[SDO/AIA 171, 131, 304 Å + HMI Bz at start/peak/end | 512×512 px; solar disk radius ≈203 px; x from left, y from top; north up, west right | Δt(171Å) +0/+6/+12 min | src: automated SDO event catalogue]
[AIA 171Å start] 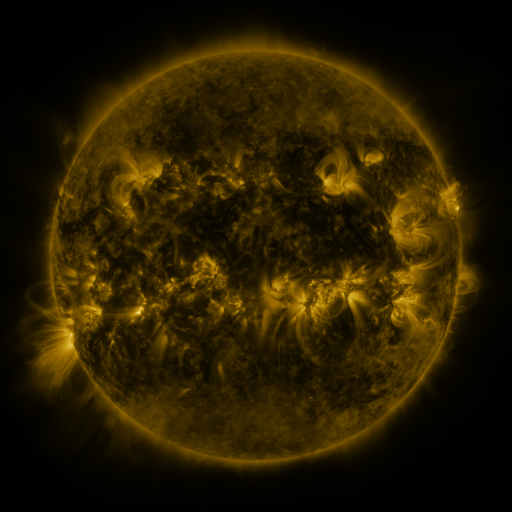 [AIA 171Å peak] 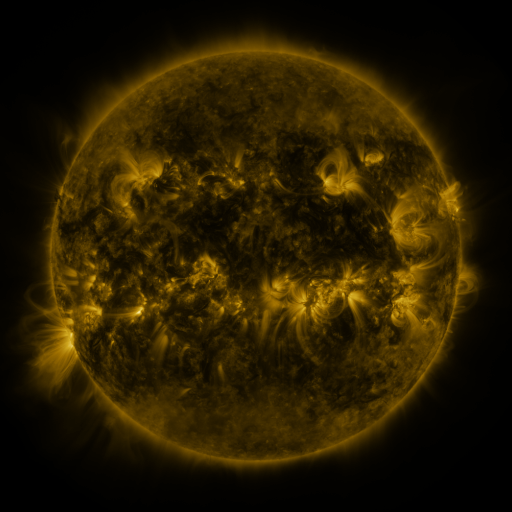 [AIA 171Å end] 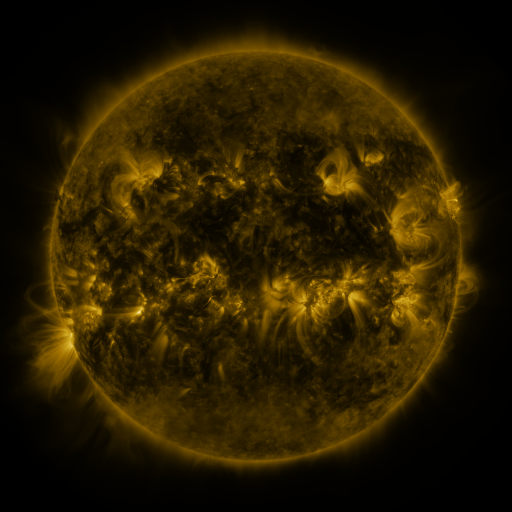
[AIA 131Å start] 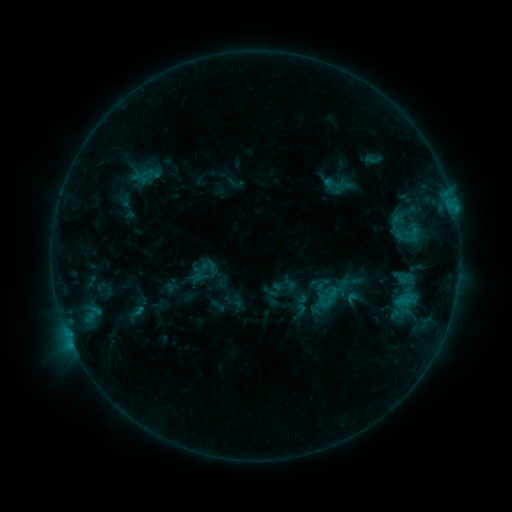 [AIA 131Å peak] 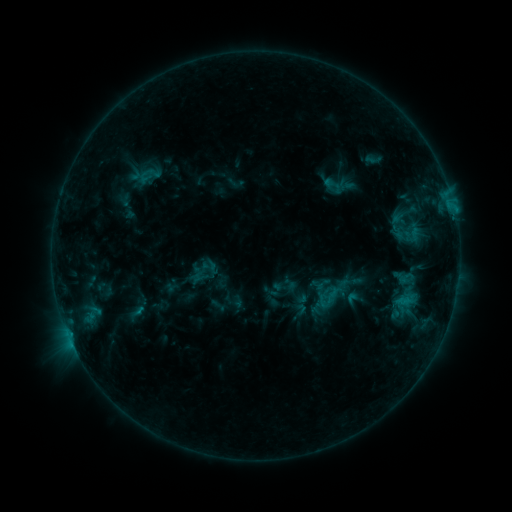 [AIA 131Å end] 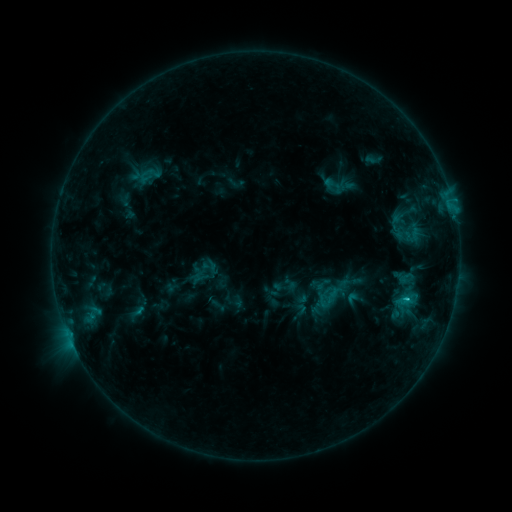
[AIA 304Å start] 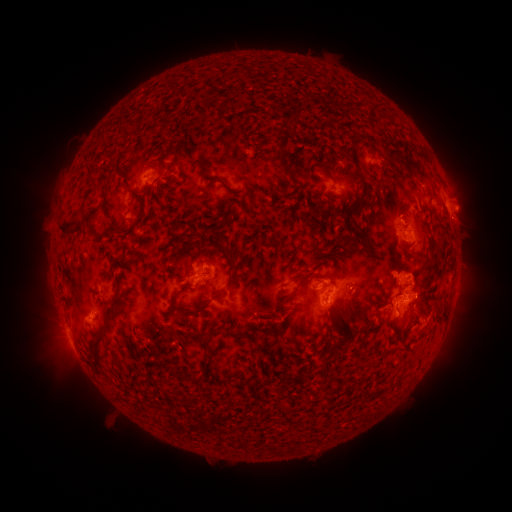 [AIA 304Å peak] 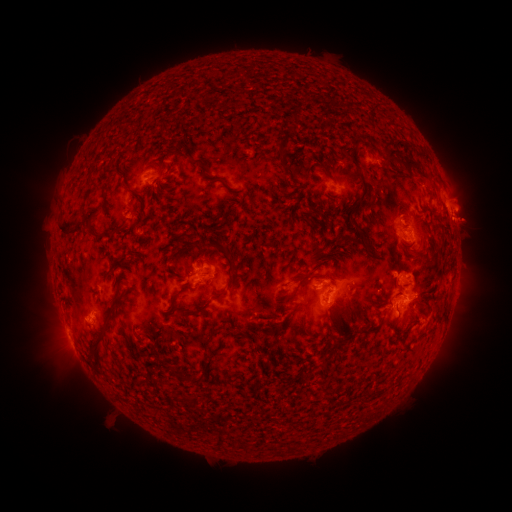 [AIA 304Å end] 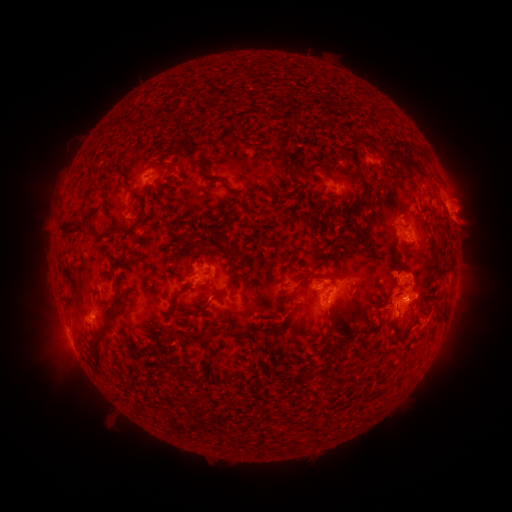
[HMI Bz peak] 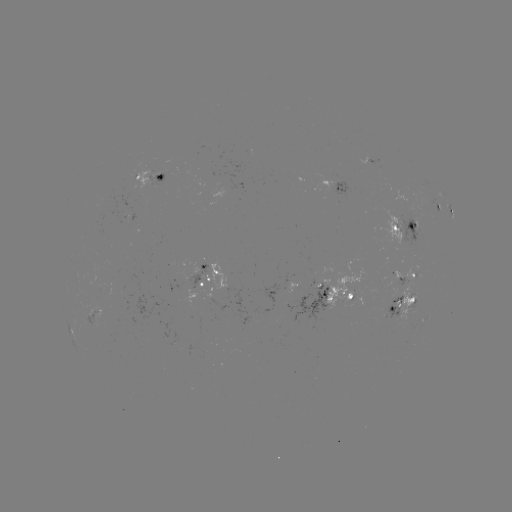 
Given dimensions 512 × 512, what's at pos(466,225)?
eruption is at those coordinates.